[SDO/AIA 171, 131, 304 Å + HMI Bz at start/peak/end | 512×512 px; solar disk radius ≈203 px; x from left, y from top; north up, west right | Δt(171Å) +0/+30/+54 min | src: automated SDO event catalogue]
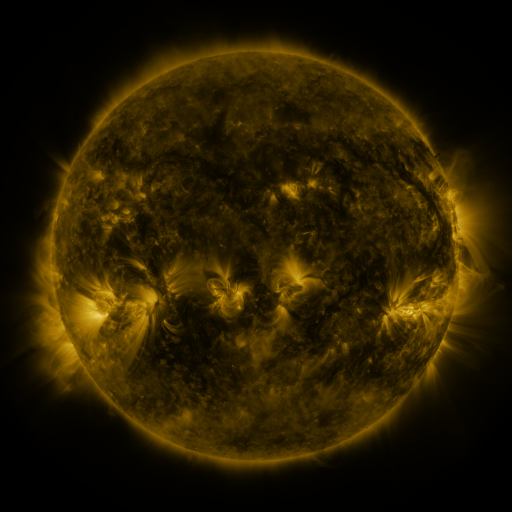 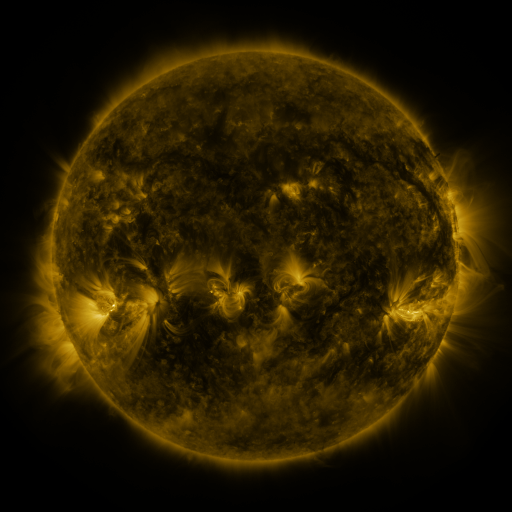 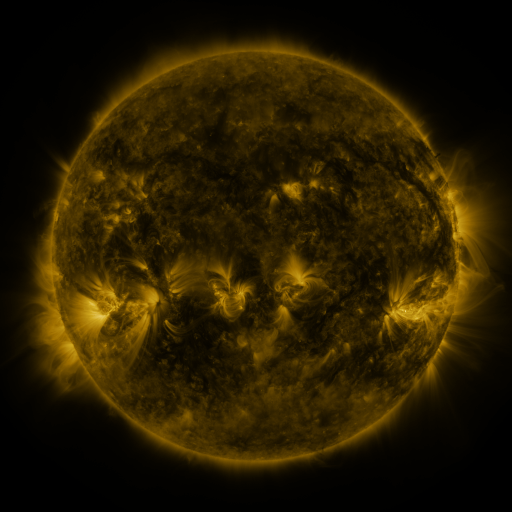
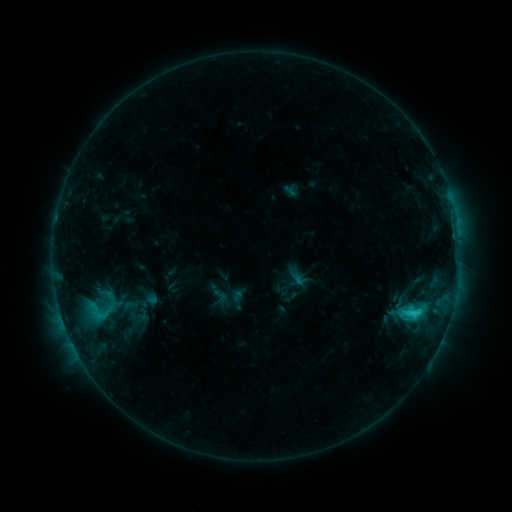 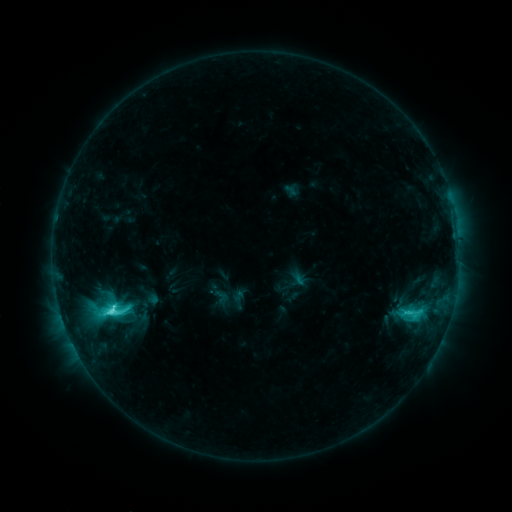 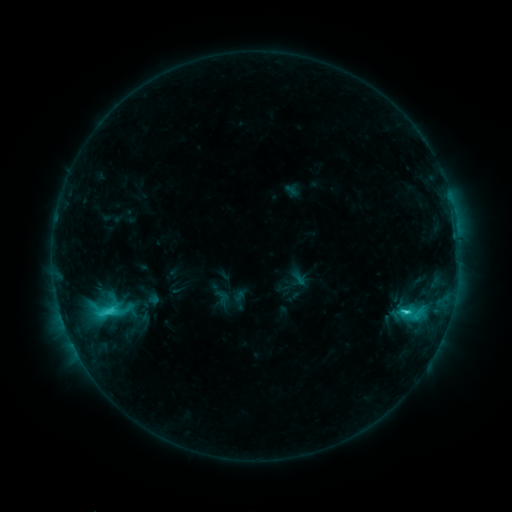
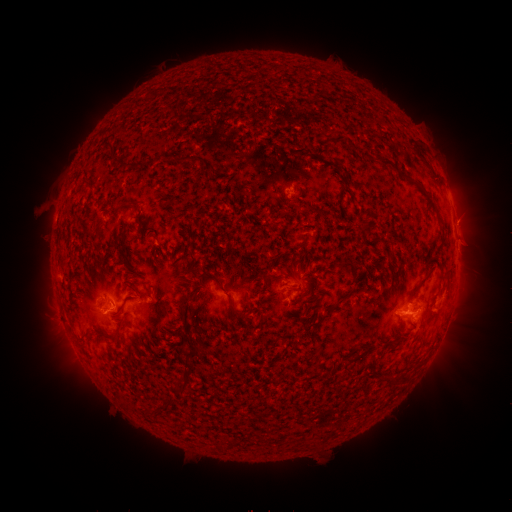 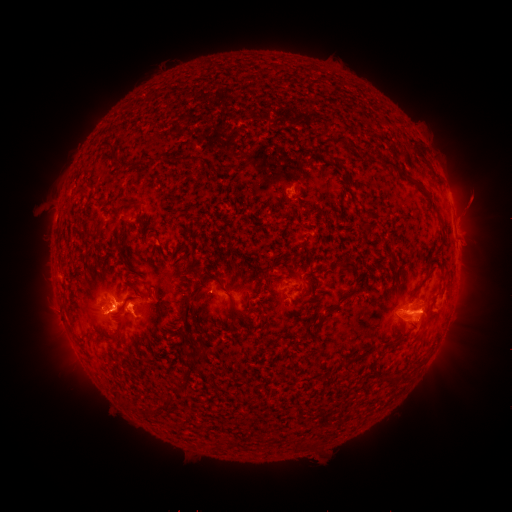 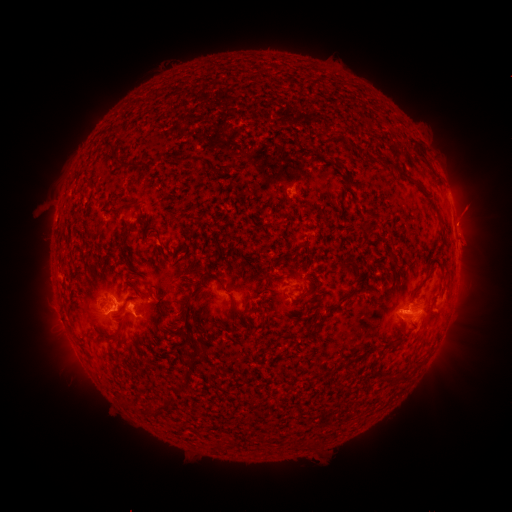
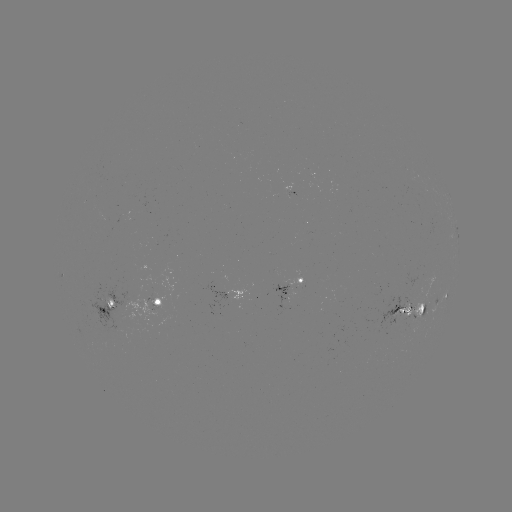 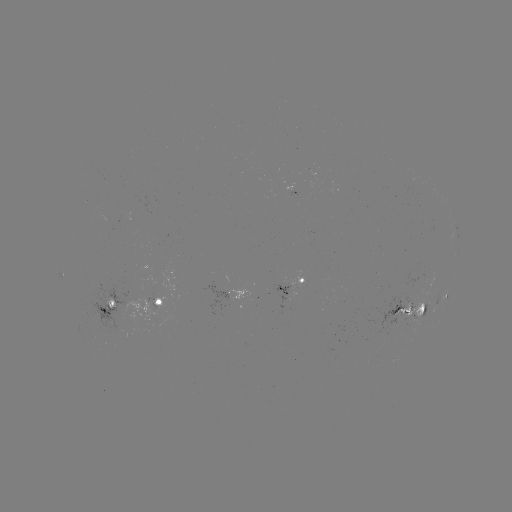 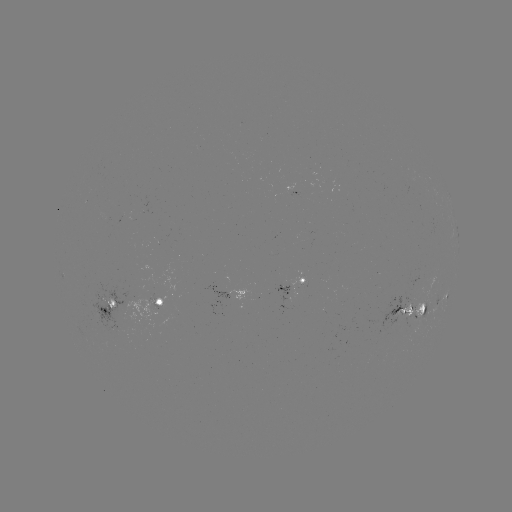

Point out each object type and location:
C6.4 flare: (412, 280)
